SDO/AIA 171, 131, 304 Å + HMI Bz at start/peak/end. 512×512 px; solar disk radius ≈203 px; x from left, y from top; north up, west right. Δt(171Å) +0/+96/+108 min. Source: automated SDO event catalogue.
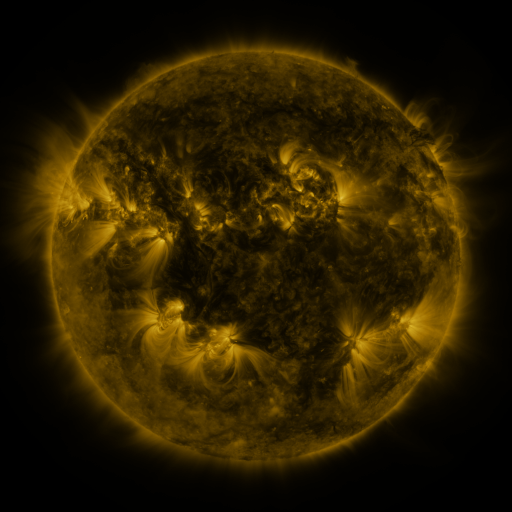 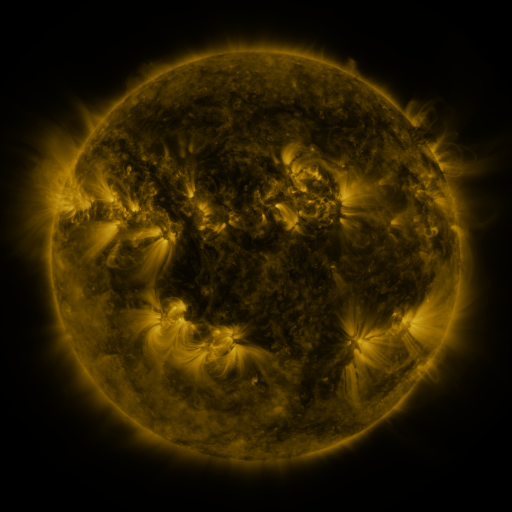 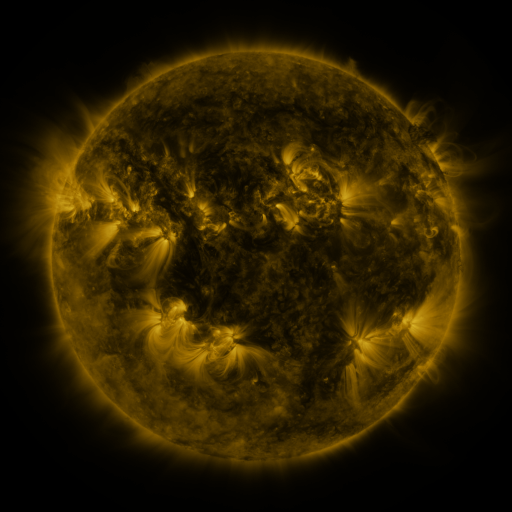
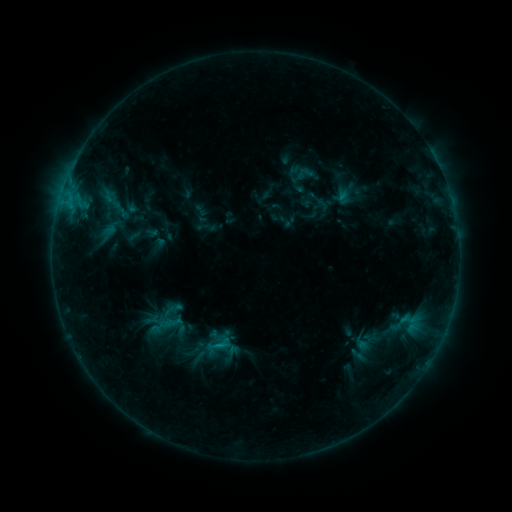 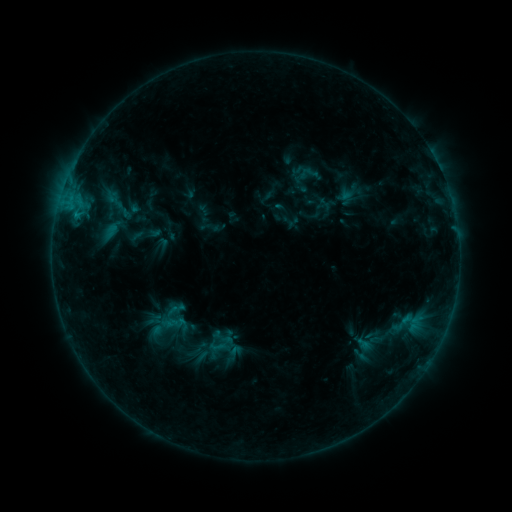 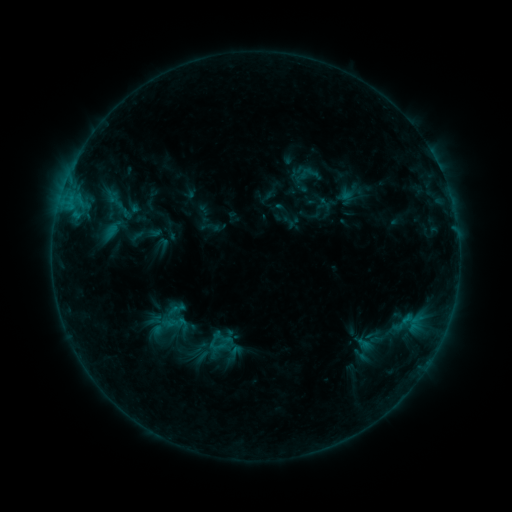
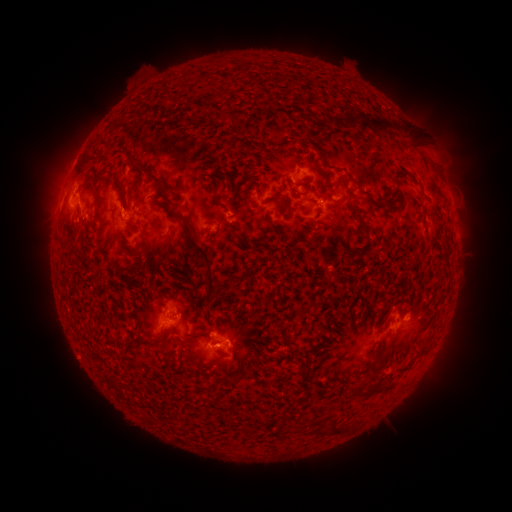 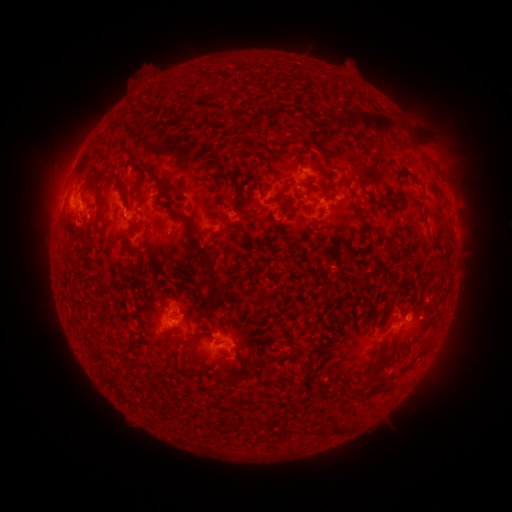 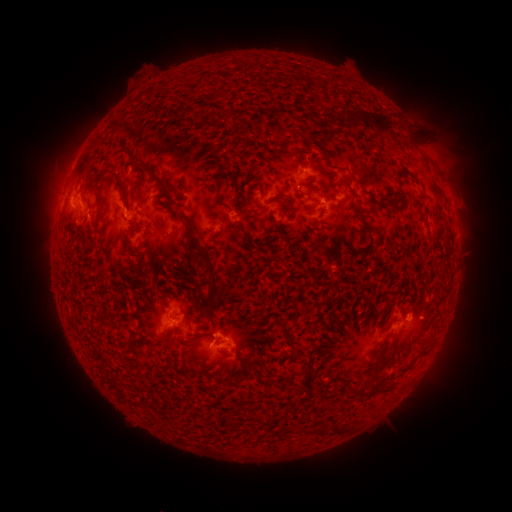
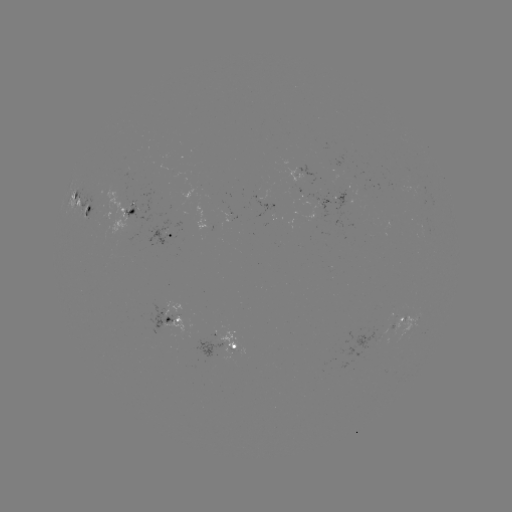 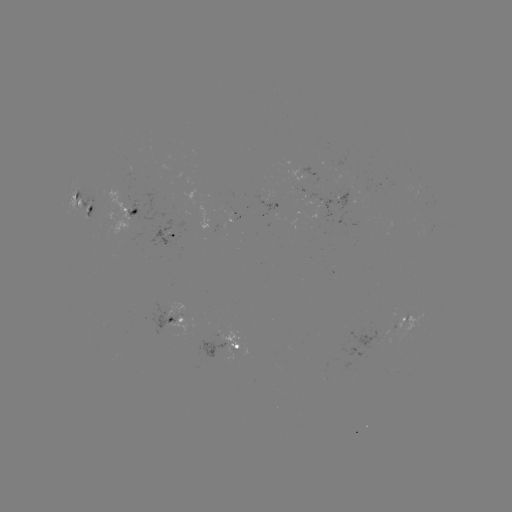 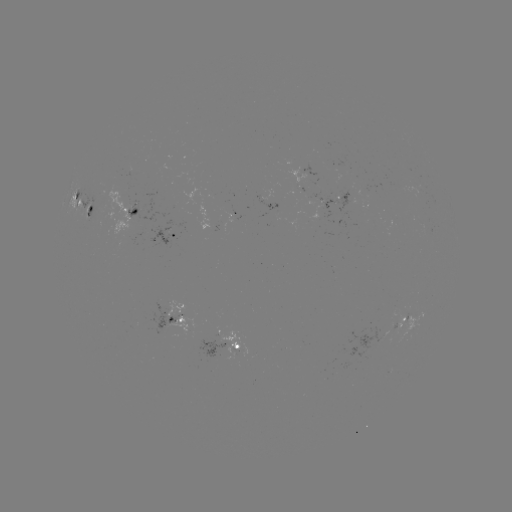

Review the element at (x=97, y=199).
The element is emerging-flux region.